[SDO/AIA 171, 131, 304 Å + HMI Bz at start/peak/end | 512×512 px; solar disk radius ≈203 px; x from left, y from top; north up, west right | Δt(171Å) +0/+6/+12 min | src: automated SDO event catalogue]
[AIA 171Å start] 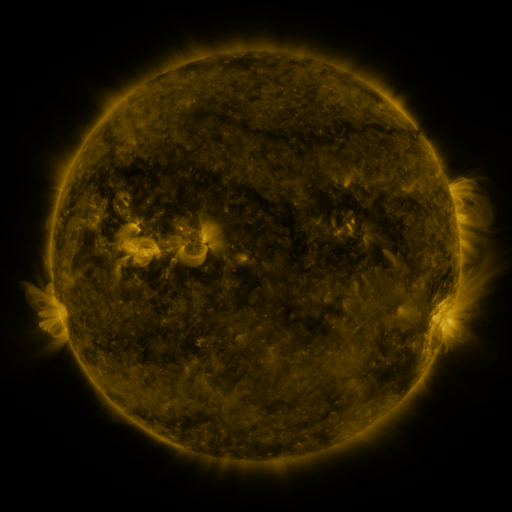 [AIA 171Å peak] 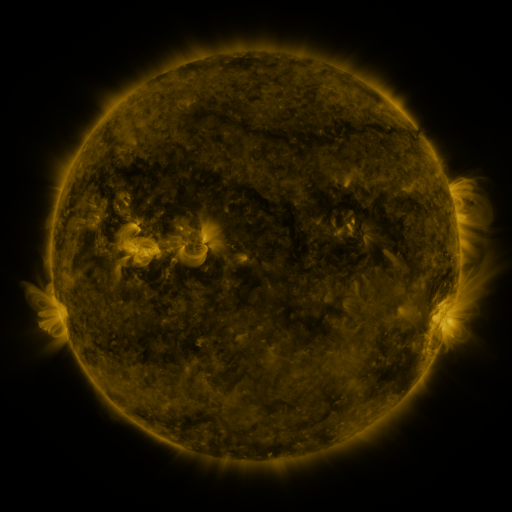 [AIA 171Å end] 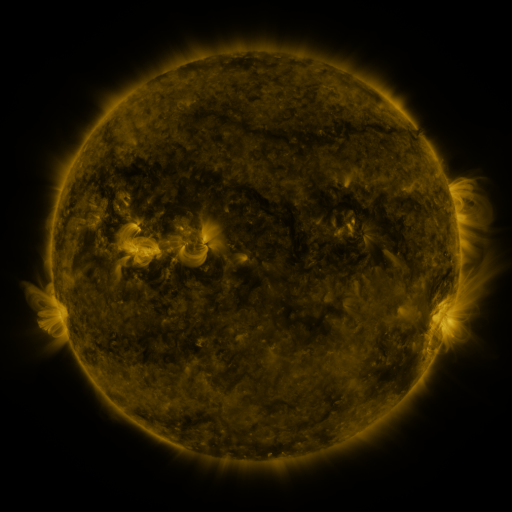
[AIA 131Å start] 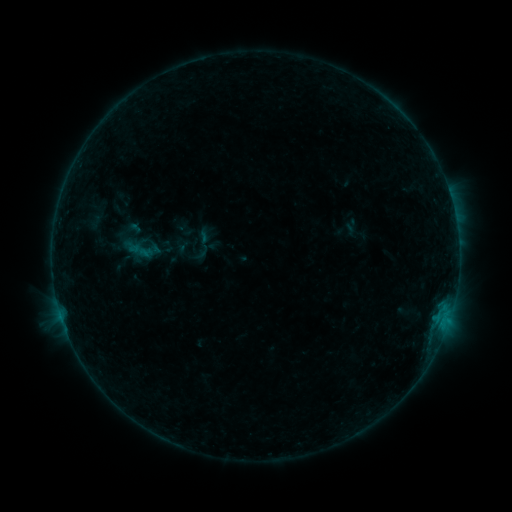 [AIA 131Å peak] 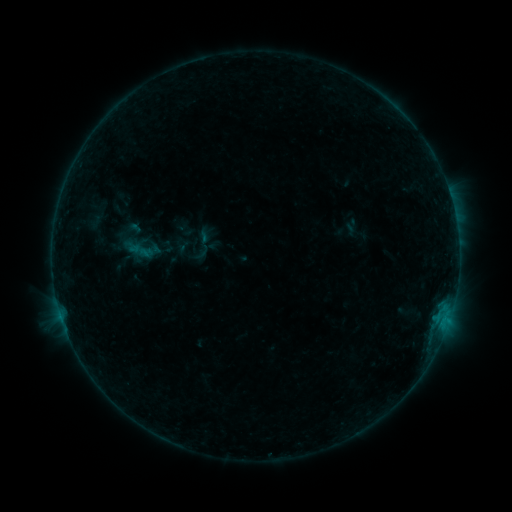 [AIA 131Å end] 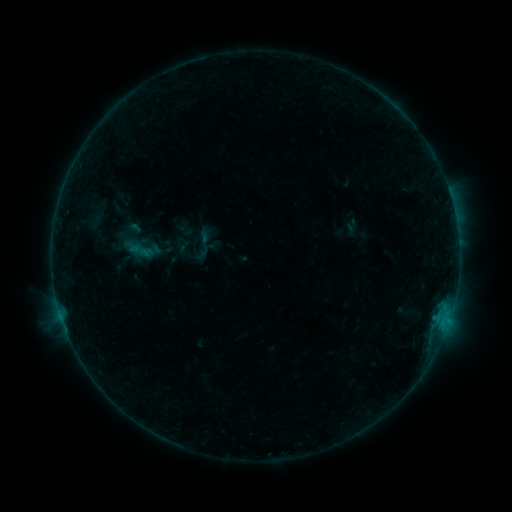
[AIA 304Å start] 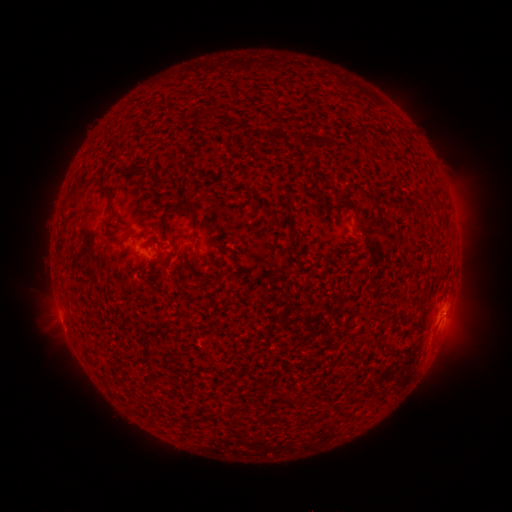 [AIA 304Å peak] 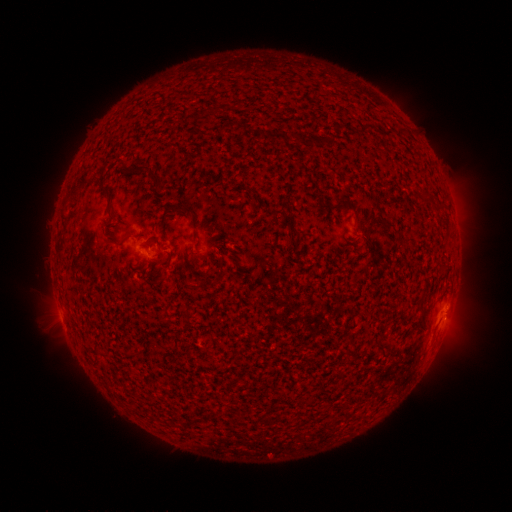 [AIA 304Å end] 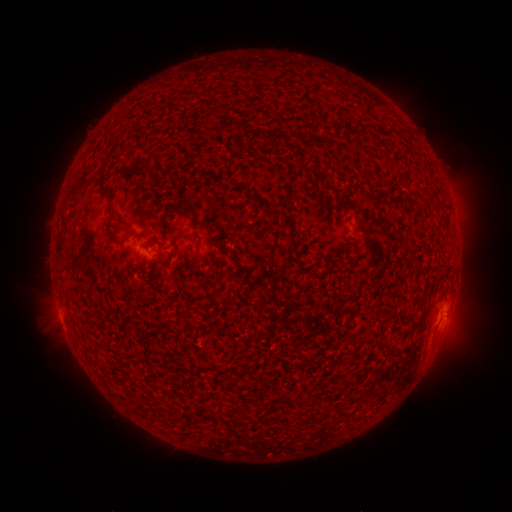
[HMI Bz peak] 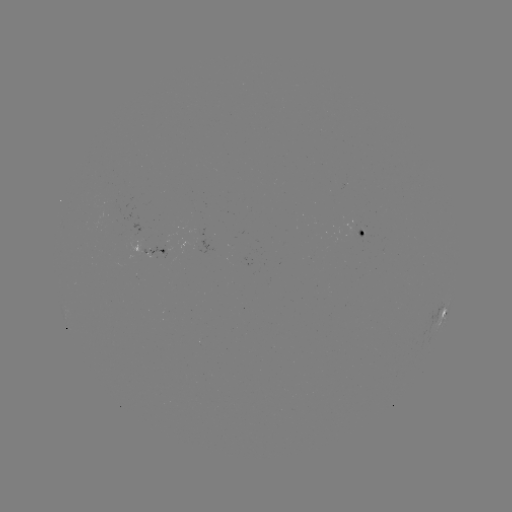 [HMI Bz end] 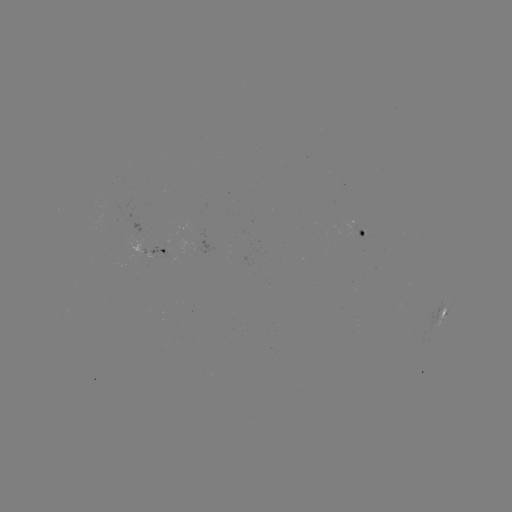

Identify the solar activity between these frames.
no flare in any classed list; no EUV-trigger detection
